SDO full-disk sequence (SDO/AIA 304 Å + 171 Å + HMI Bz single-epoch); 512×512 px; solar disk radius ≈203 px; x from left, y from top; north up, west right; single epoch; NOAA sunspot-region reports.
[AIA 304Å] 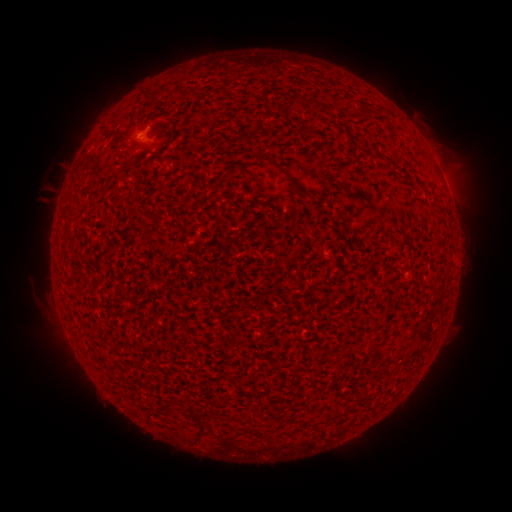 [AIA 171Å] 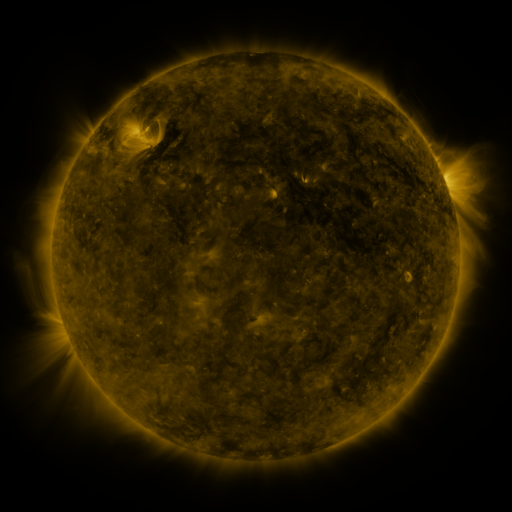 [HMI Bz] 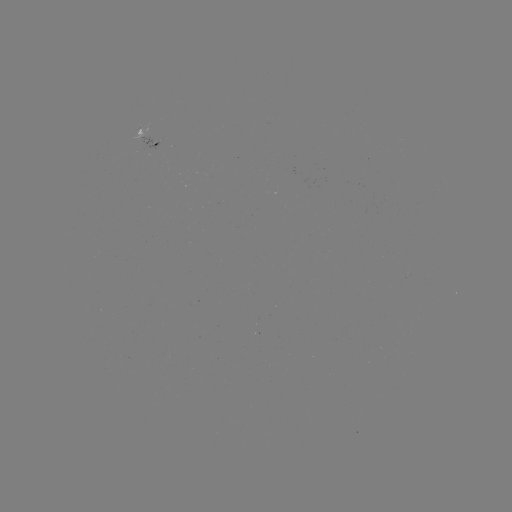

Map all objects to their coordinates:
spotted active region: (152, 137)
spotted active region: (443, 178)
